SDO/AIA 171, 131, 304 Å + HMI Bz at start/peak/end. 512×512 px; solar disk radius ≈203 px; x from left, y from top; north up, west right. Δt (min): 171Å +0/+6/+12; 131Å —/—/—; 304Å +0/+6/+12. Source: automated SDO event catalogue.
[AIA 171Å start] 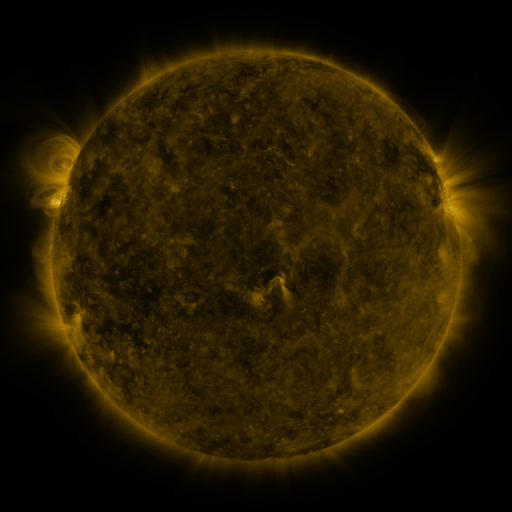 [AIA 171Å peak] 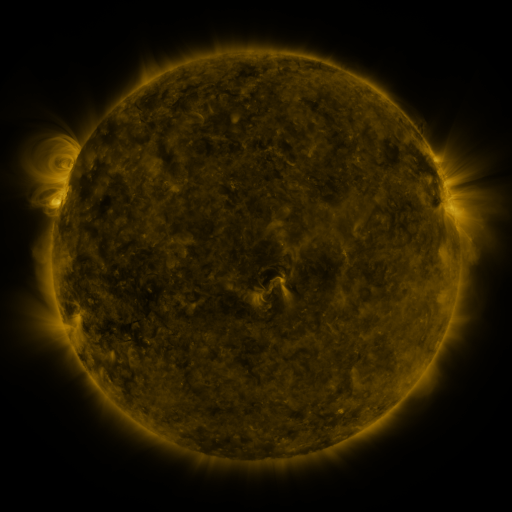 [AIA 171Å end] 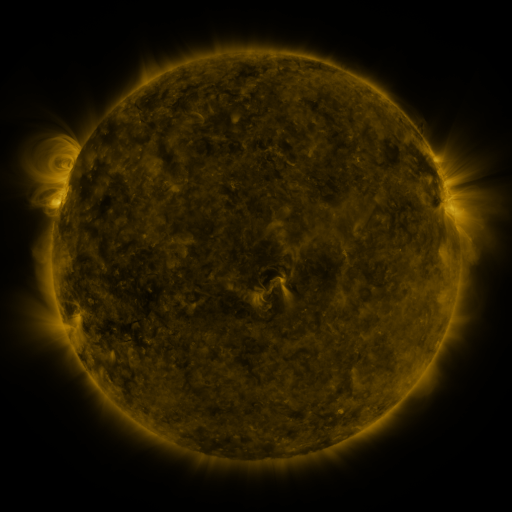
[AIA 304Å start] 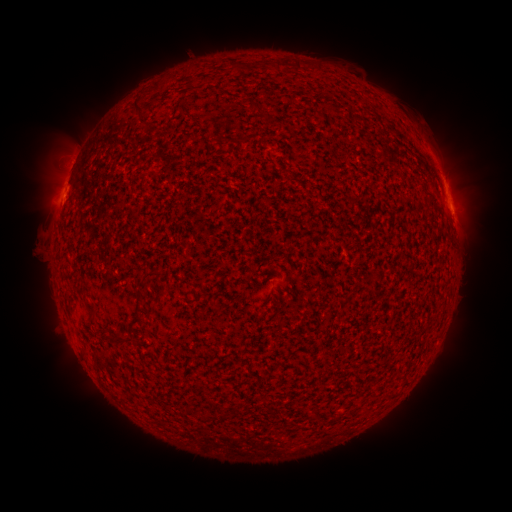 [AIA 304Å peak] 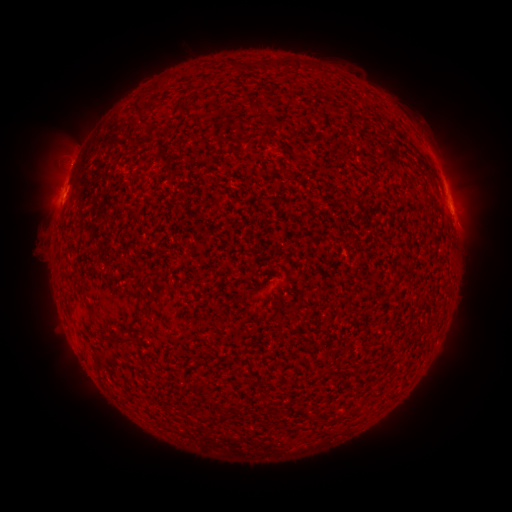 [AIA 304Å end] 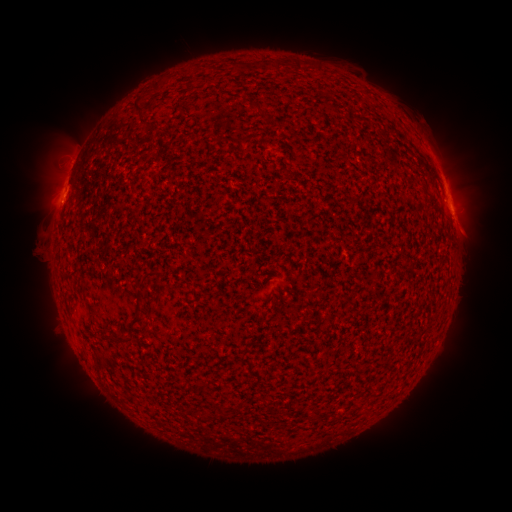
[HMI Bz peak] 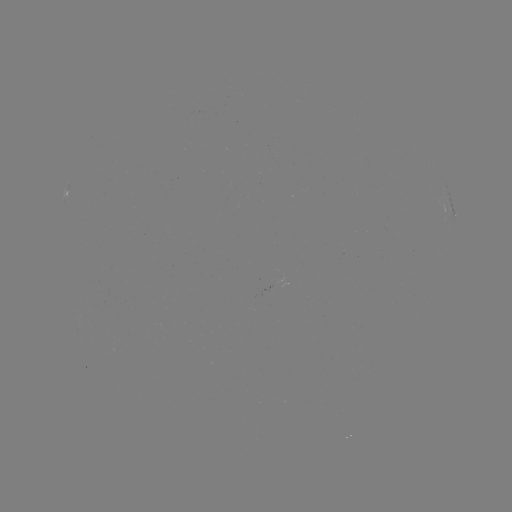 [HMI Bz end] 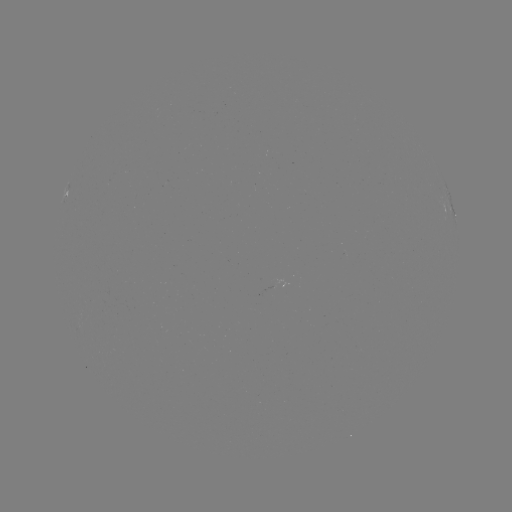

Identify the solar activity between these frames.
B9.1 flare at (67, 180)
